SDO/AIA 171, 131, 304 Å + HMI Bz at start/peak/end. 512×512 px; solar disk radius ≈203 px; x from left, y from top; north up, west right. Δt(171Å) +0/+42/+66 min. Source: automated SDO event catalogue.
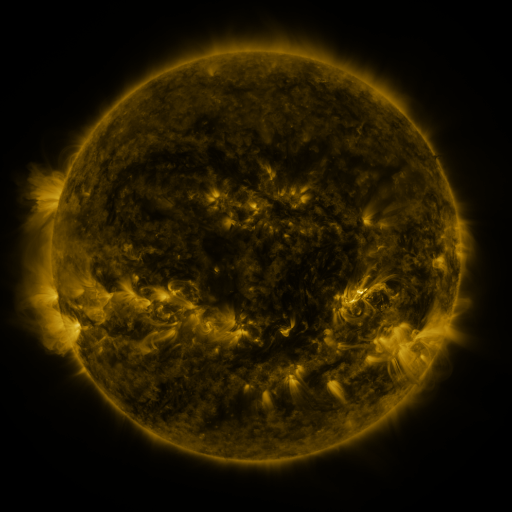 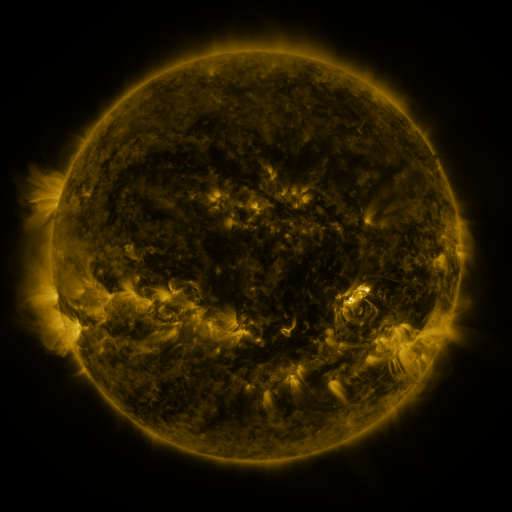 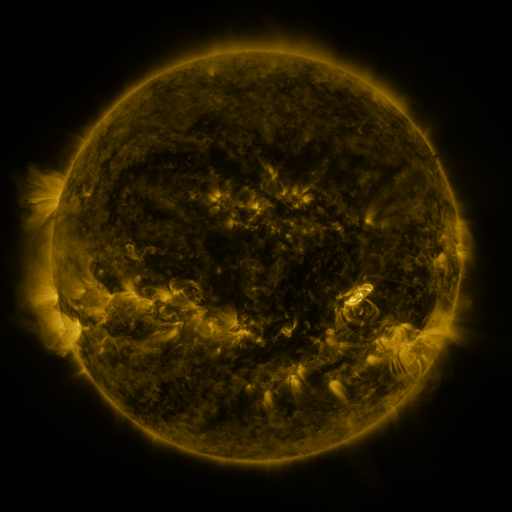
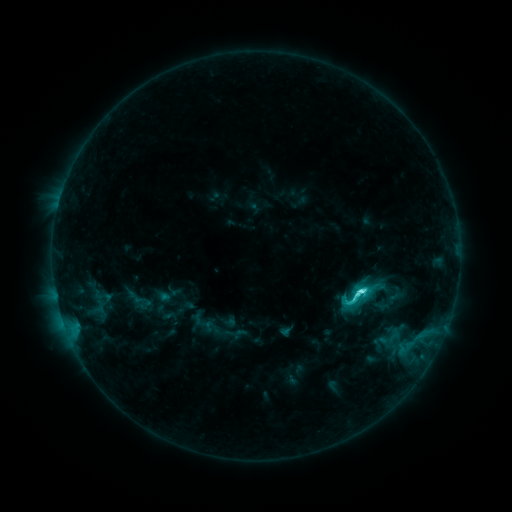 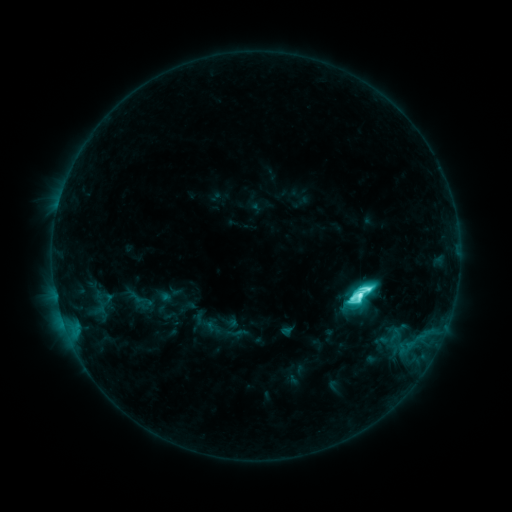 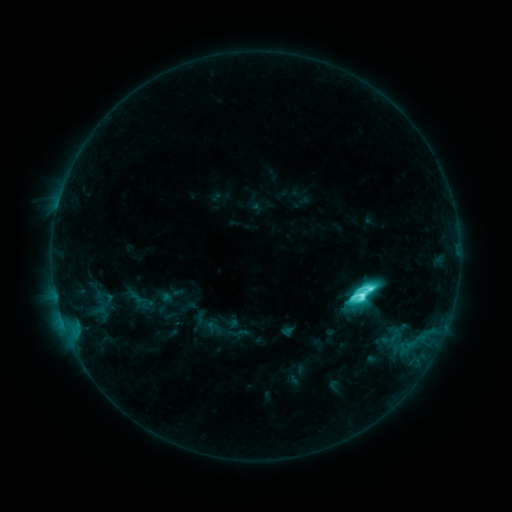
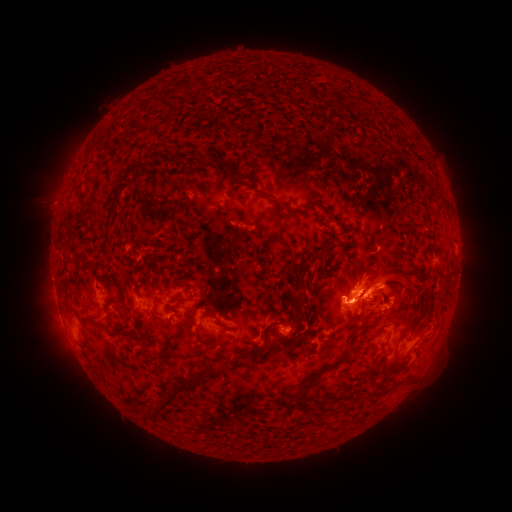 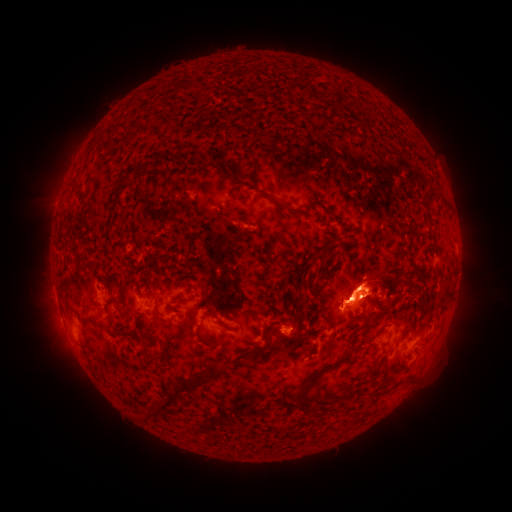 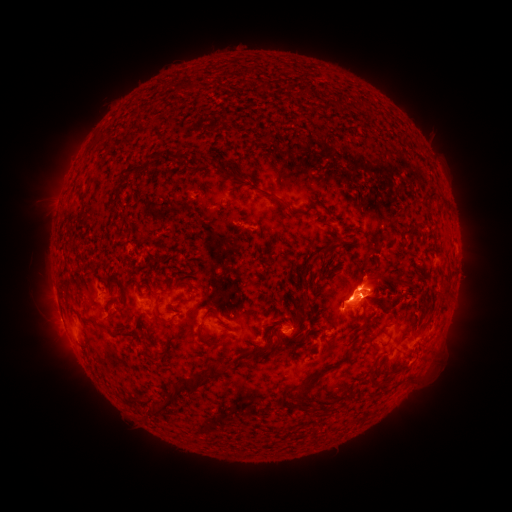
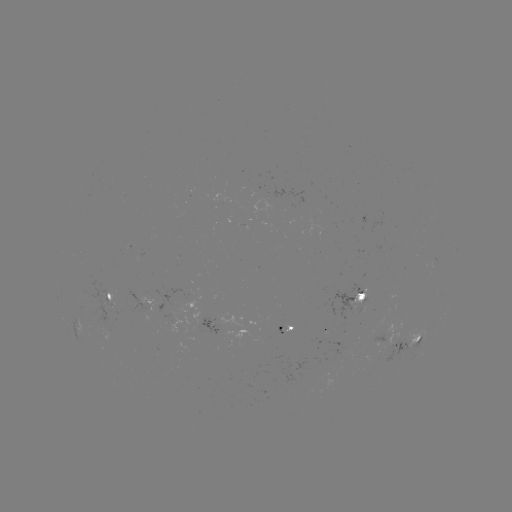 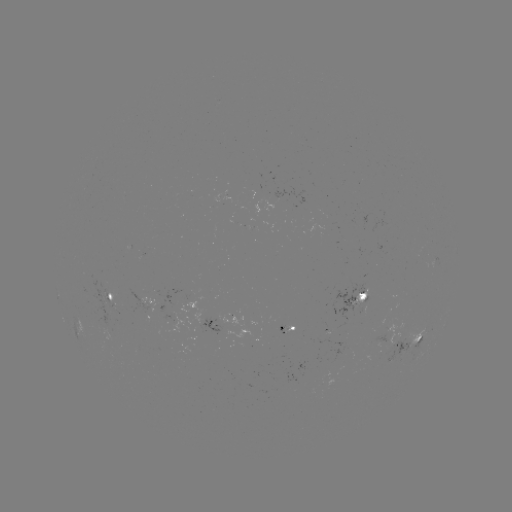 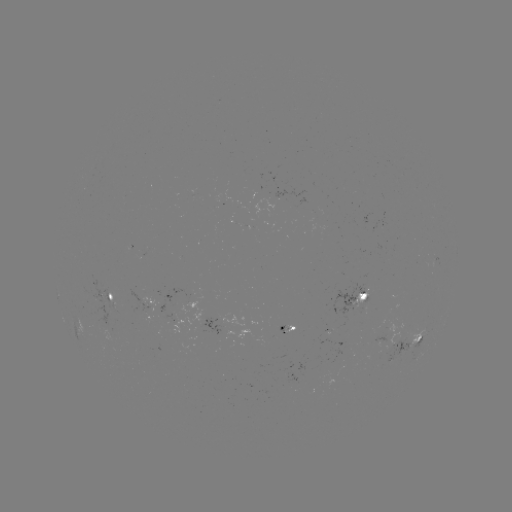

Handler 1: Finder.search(M1.4 flare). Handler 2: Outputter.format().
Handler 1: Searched M1.4 flare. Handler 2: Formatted (357, 294).